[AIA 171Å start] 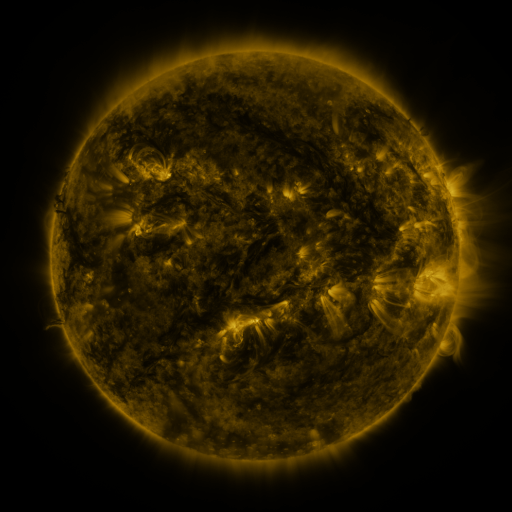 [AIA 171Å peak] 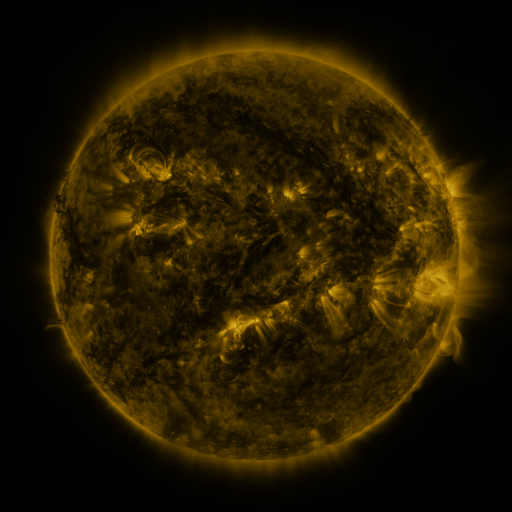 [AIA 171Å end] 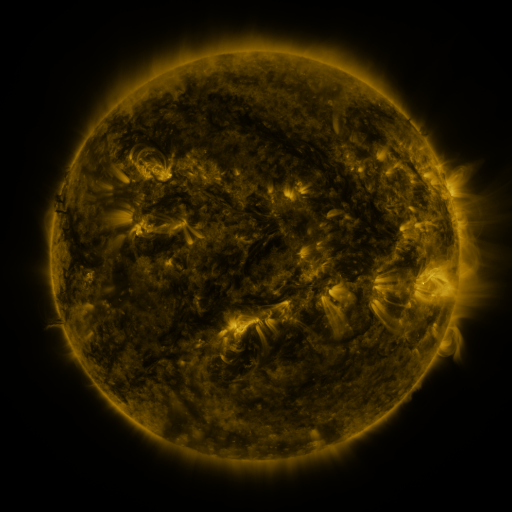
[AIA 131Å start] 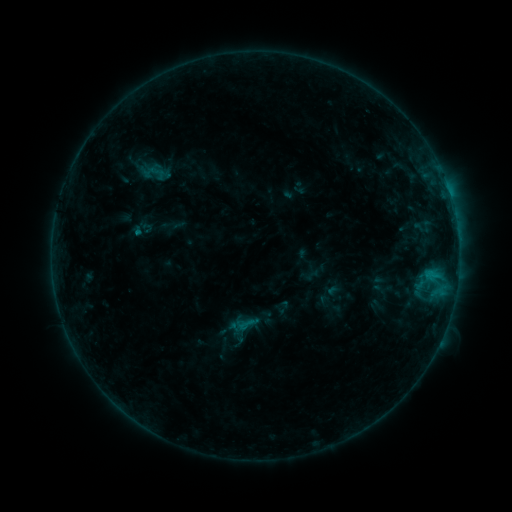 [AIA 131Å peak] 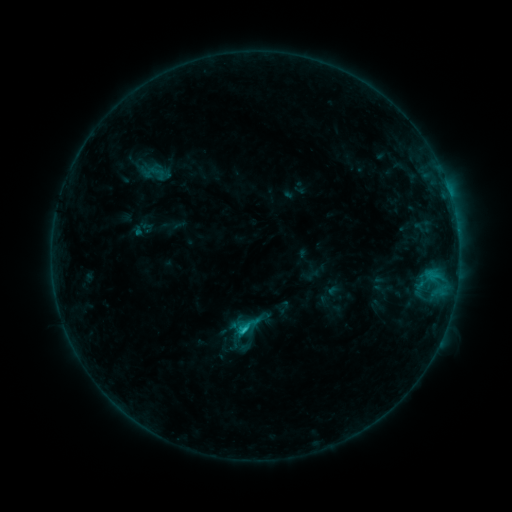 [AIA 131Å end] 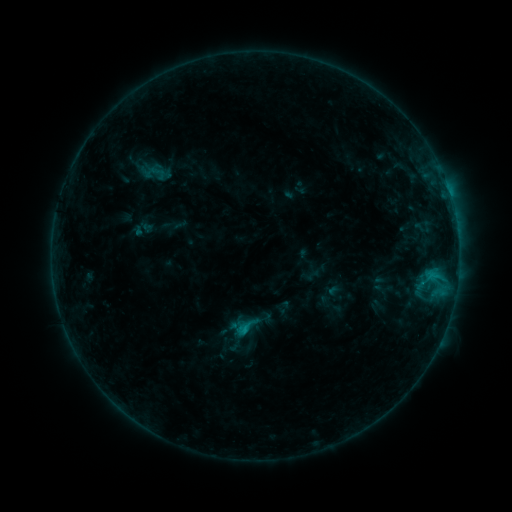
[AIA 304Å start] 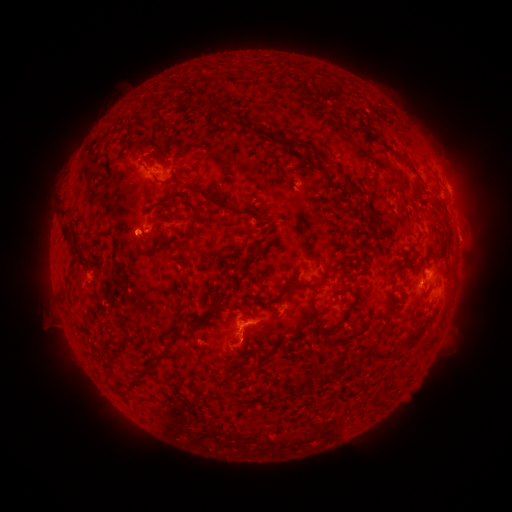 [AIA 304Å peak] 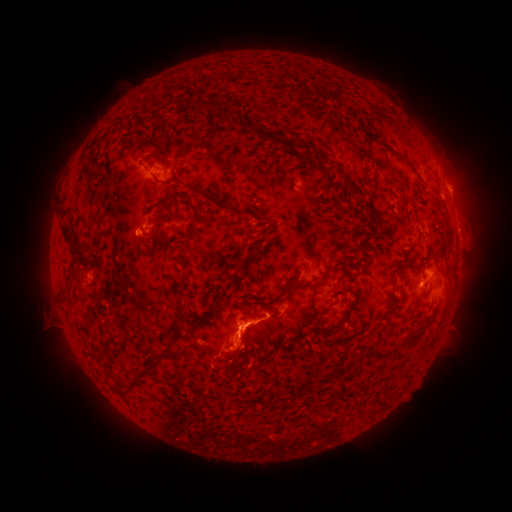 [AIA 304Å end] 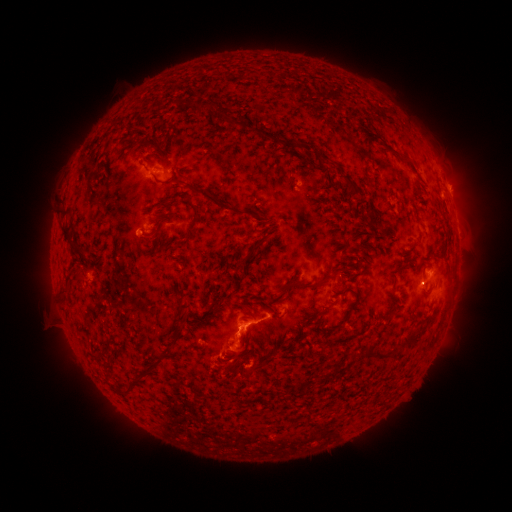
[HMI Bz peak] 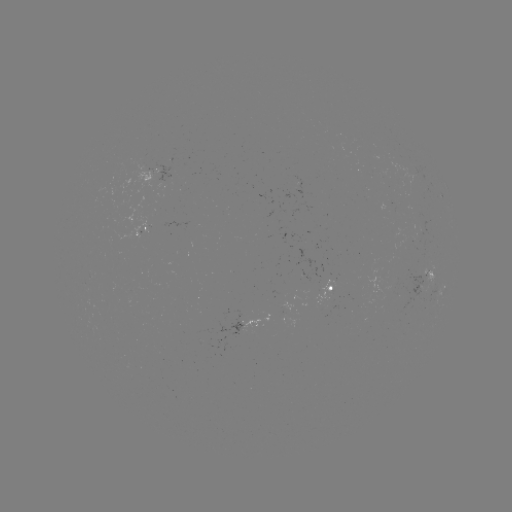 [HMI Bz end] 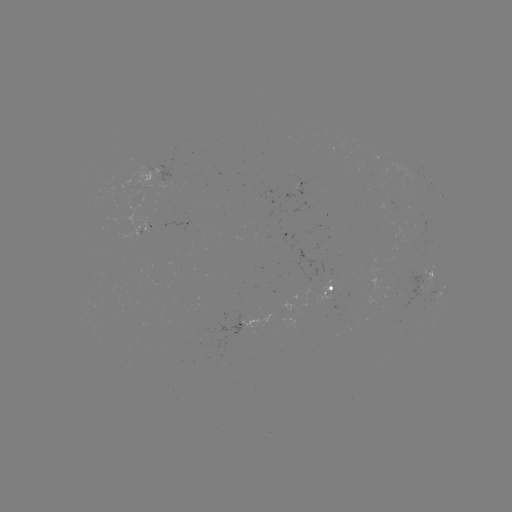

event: flare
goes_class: C1.1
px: (246, 329)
